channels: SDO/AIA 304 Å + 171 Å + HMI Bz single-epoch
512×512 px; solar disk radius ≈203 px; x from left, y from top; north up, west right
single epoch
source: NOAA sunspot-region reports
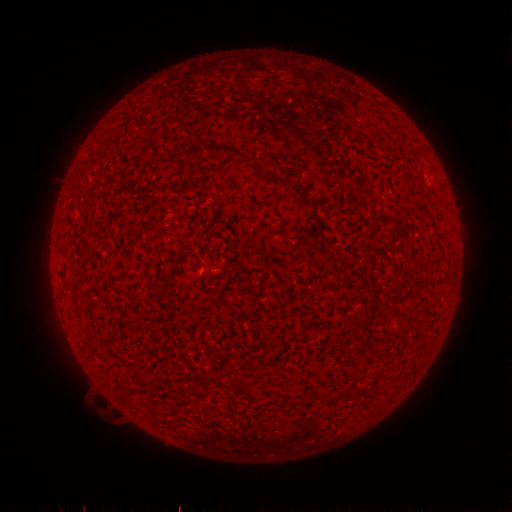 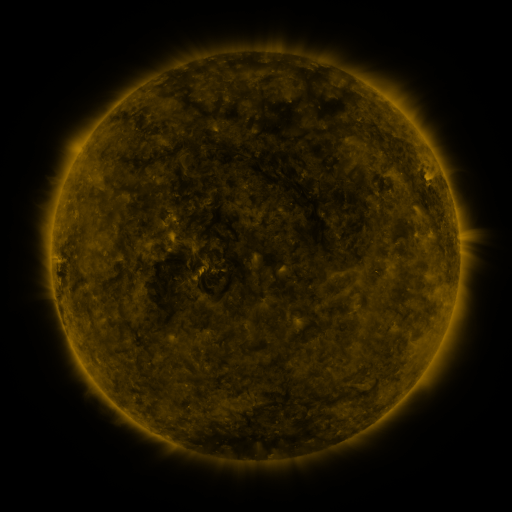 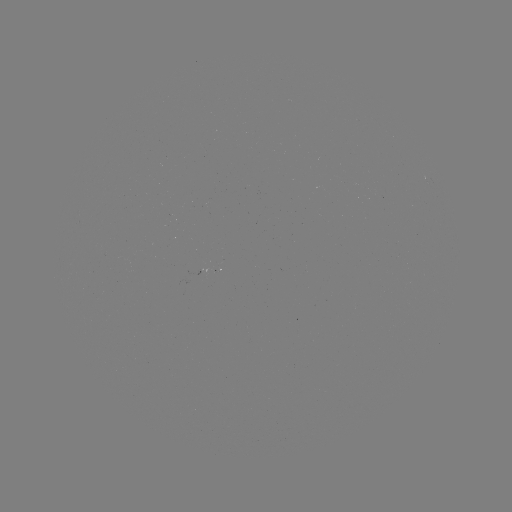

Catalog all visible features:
spotted active region: (430, 184)
